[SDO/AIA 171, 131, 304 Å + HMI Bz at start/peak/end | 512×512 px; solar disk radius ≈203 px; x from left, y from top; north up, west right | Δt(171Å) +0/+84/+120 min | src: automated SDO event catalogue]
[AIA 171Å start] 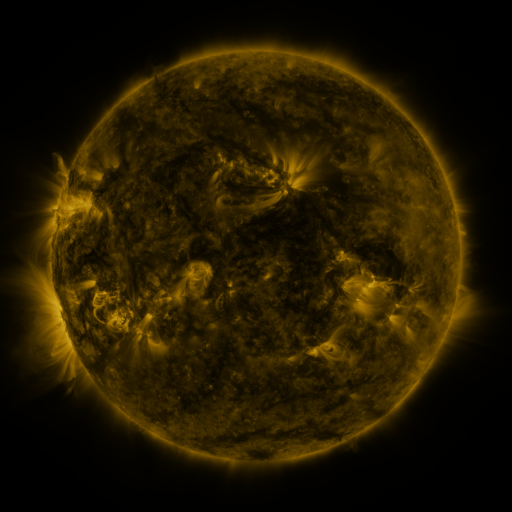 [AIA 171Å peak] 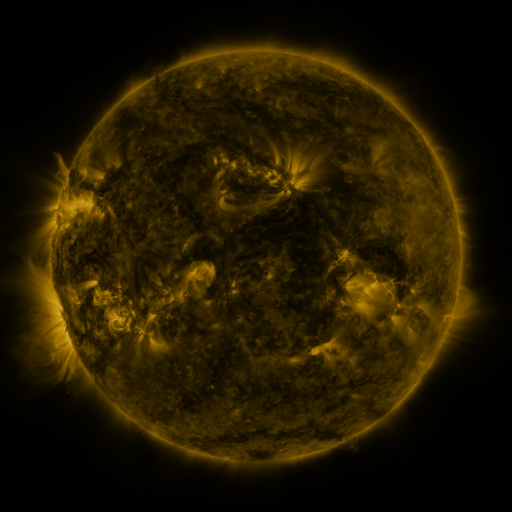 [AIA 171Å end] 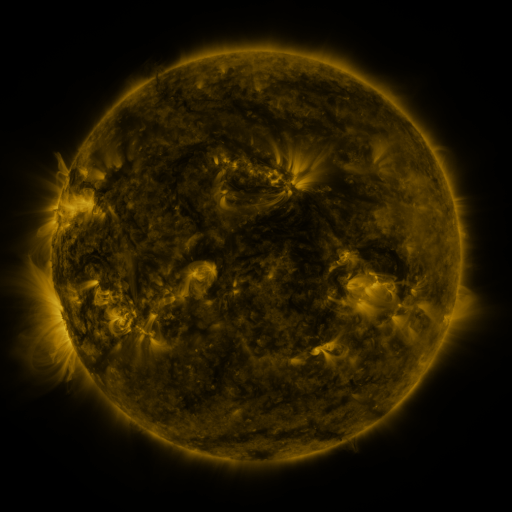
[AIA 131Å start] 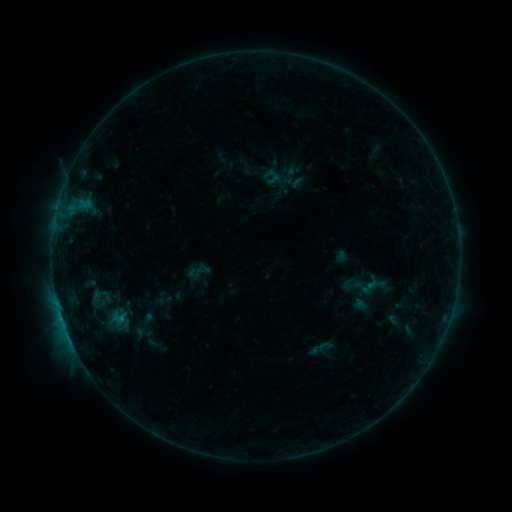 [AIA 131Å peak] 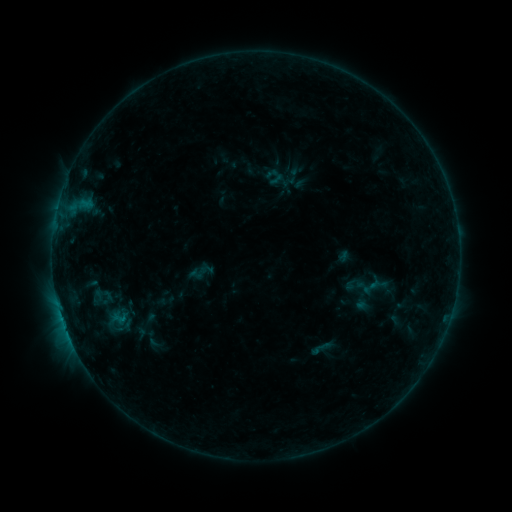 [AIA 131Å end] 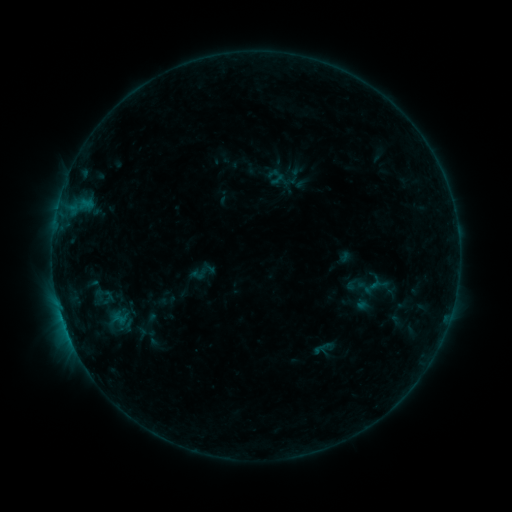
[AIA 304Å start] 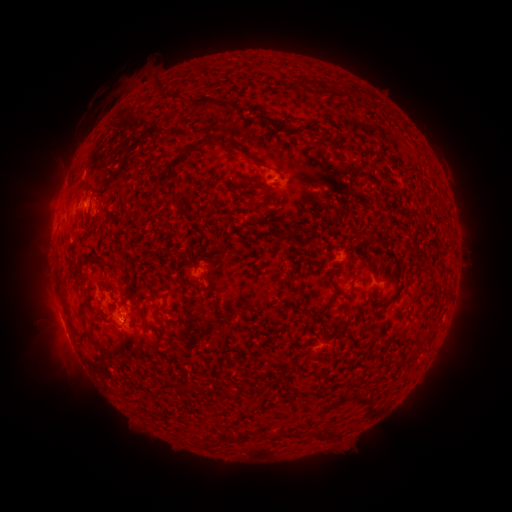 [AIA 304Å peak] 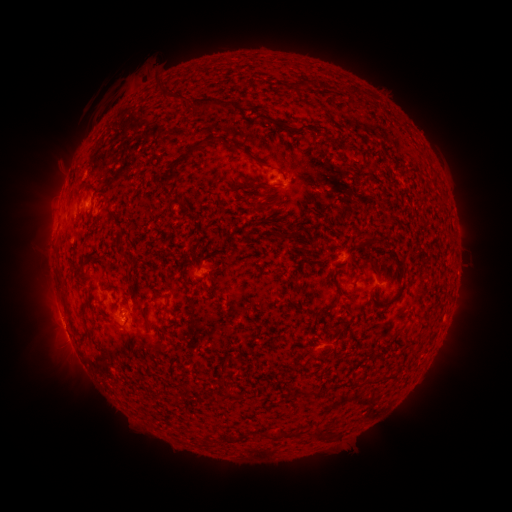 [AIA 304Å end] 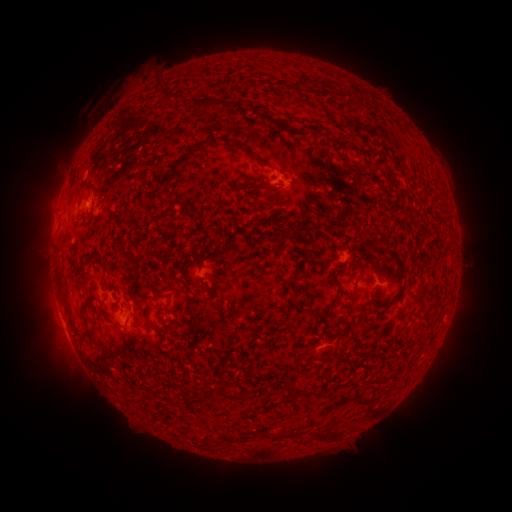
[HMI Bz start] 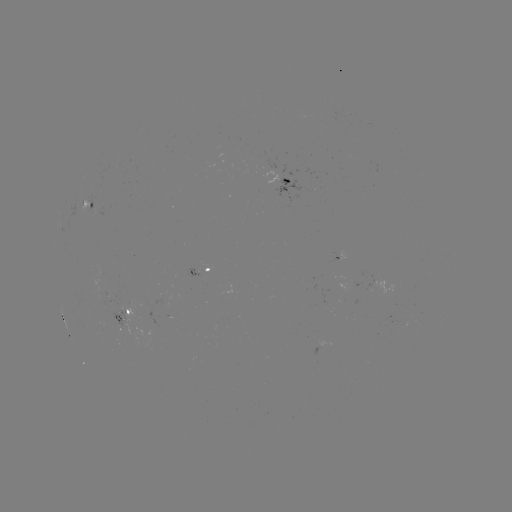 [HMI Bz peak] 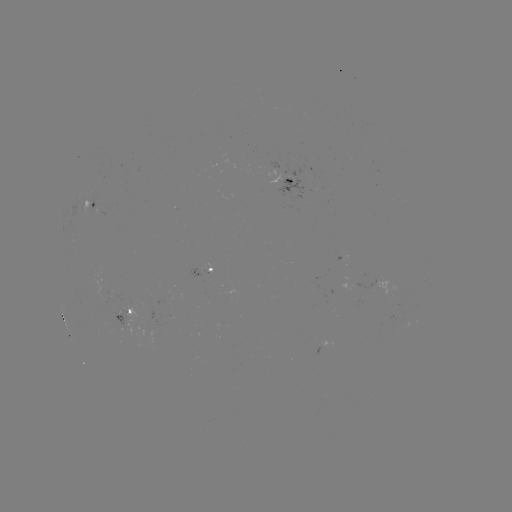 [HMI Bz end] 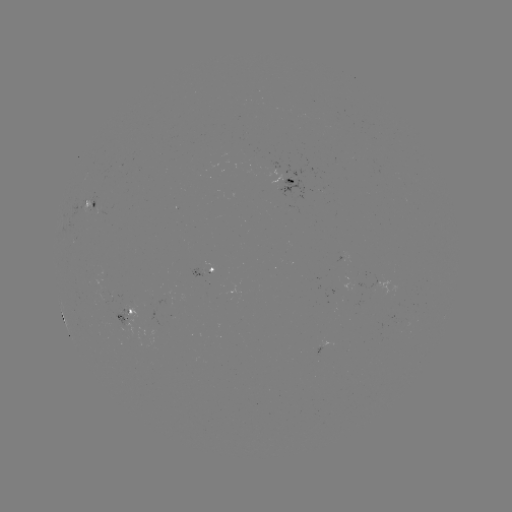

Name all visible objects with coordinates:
emerging-flux region: (199, 270)
